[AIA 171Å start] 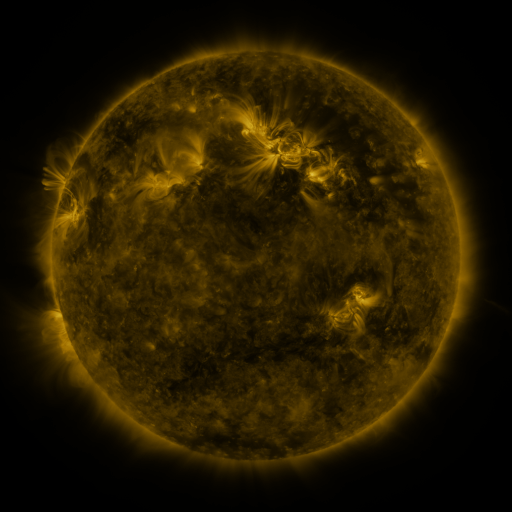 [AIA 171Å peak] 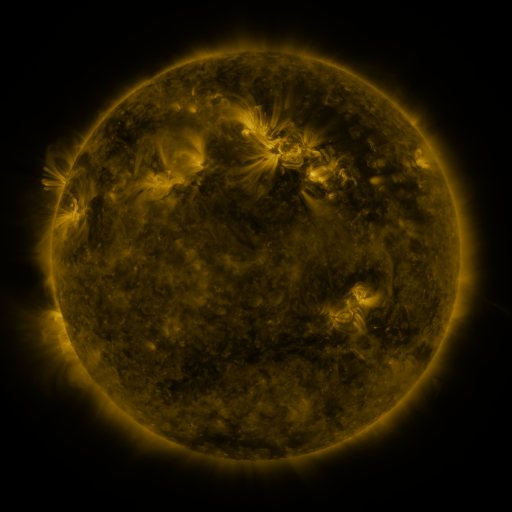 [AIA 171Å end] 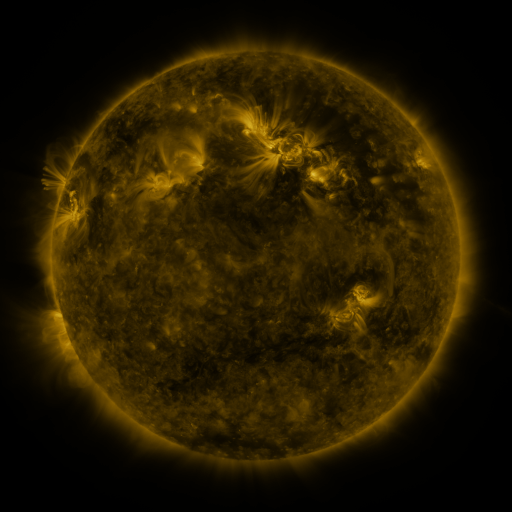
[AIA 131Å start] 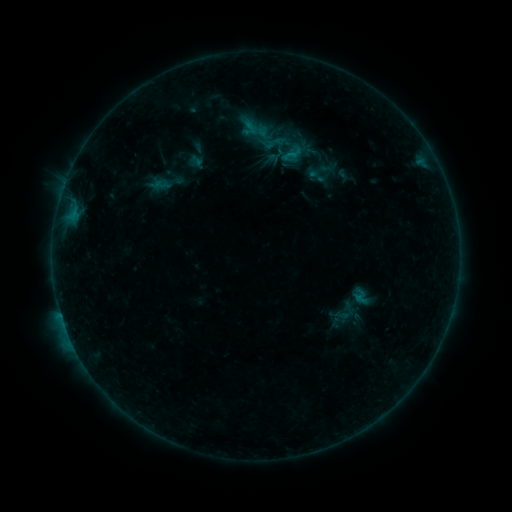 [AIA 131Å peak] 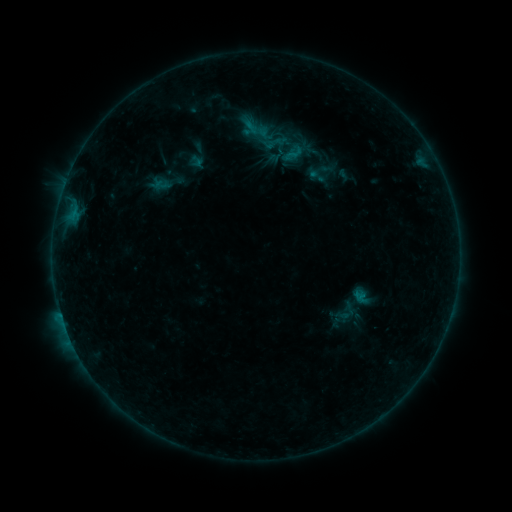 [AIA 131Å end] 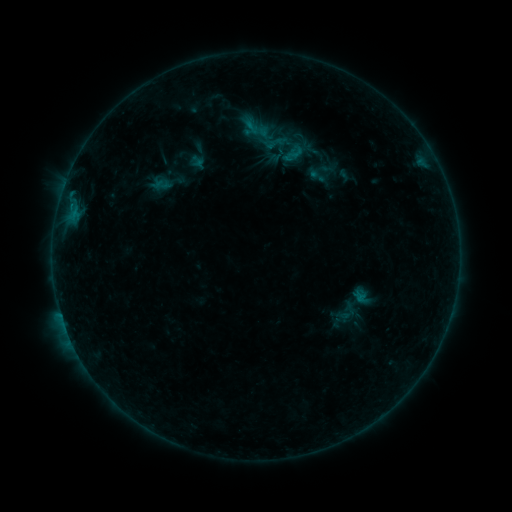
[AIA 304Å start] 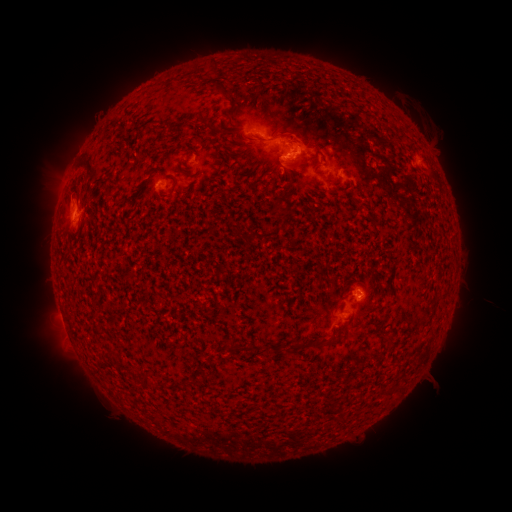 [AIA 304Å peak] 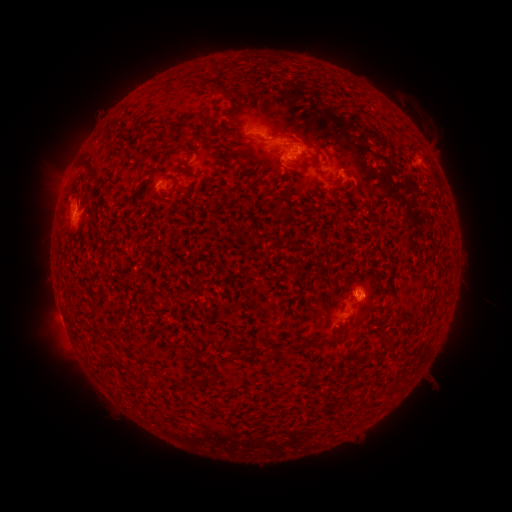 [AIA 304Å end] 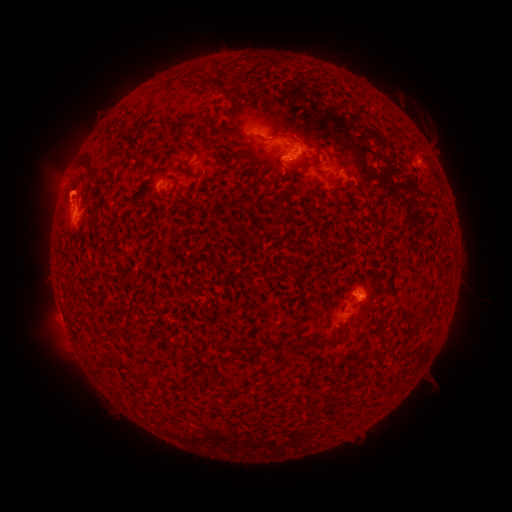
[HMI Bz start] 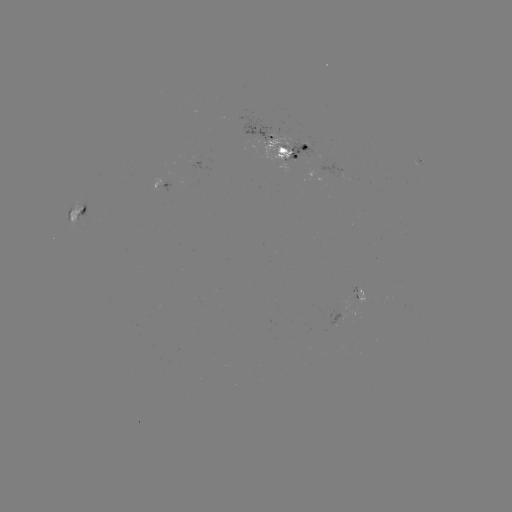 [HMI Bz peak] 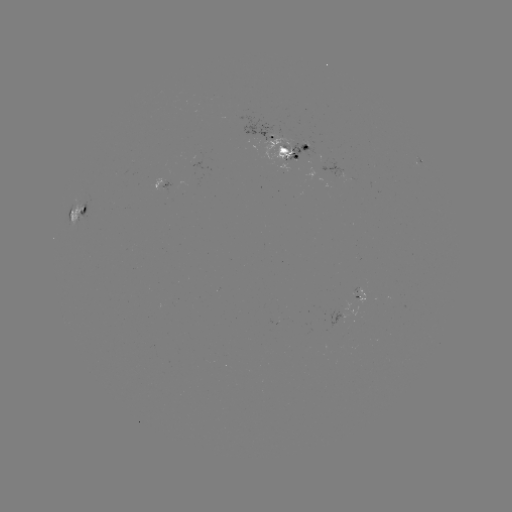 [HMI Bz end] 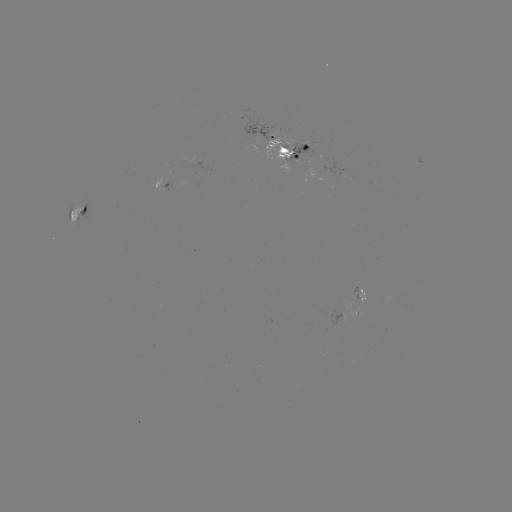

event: emerging-flux region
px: (260, 136)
